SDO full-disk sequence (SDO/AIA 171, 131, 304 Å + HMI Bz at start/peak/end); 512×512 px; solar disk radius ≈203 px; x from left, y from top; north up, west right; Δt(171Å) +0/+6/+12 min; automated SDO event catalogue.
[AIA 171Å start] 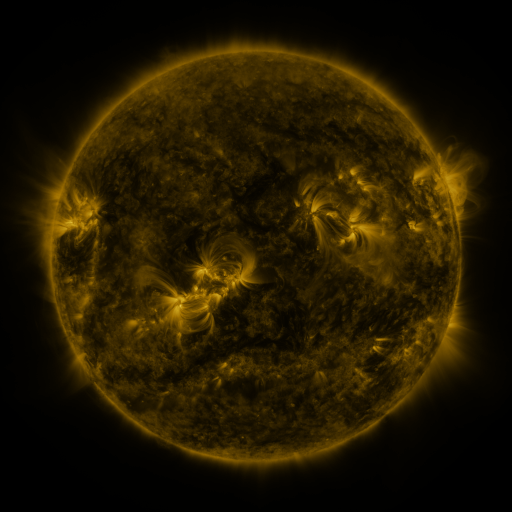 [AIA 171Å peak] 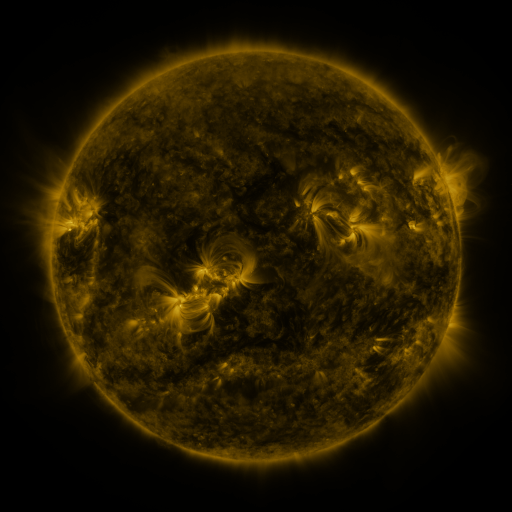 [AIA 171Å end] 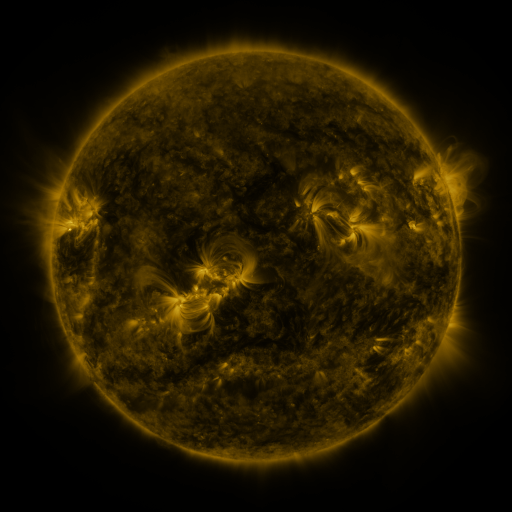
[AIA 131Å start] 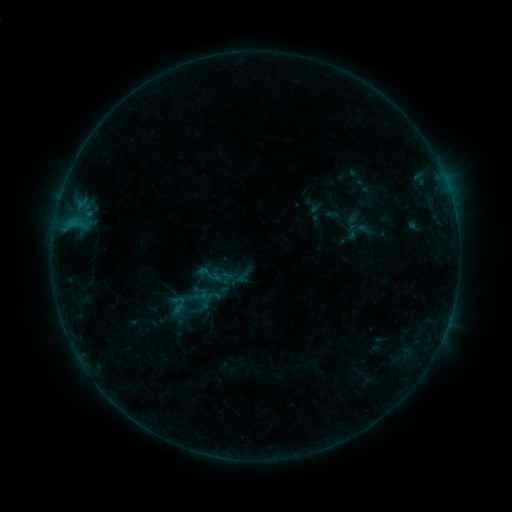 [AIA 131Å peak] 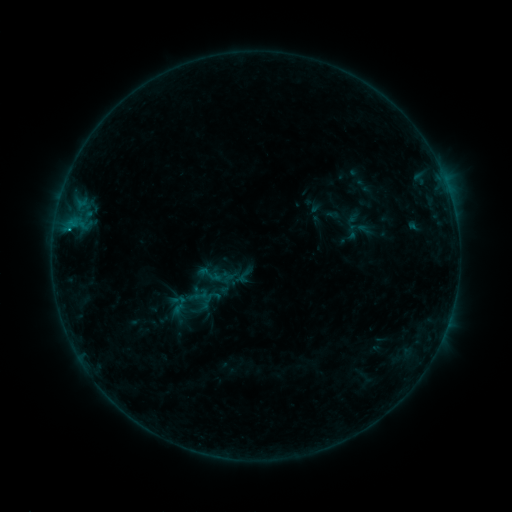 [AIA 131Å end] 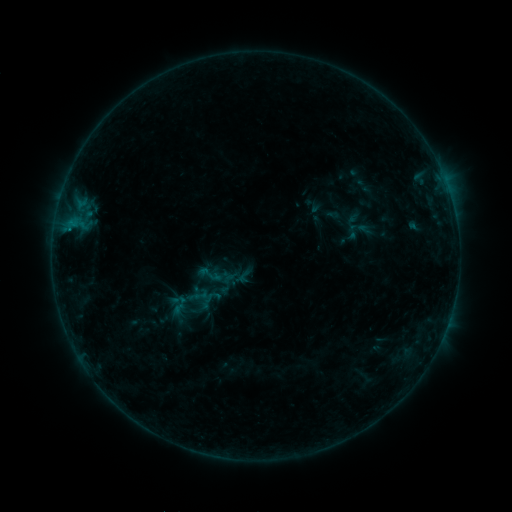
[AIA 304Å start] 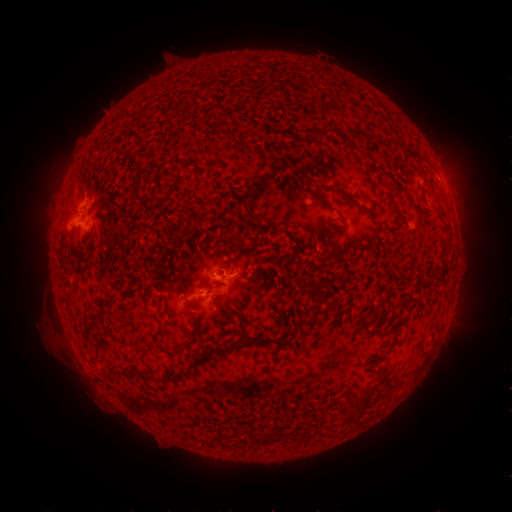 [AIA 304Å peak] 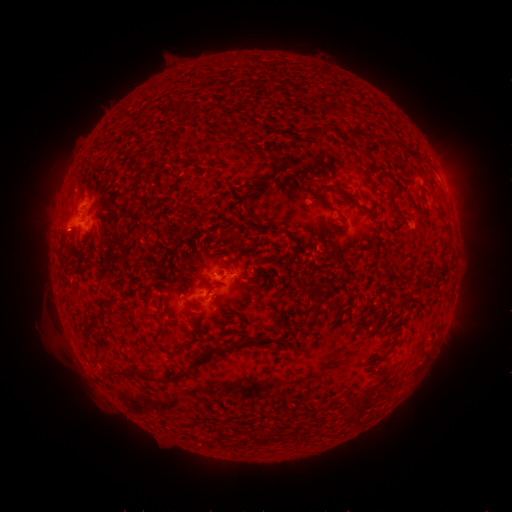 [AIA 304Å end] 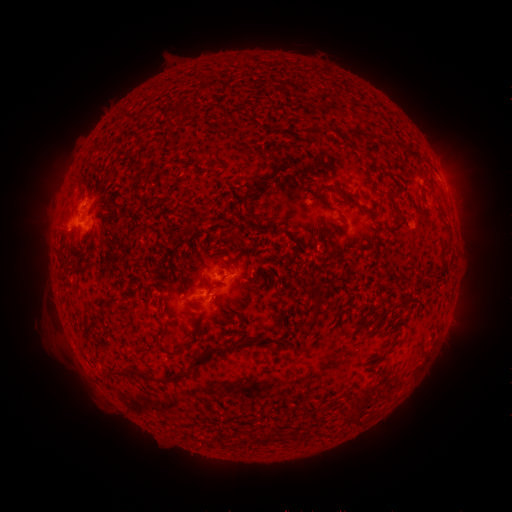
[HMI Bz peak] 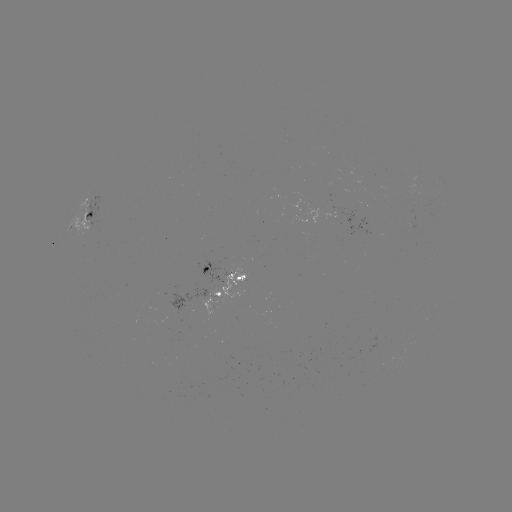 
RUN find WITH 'B4.9 flare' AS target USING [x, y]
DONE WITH [69, 232] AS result